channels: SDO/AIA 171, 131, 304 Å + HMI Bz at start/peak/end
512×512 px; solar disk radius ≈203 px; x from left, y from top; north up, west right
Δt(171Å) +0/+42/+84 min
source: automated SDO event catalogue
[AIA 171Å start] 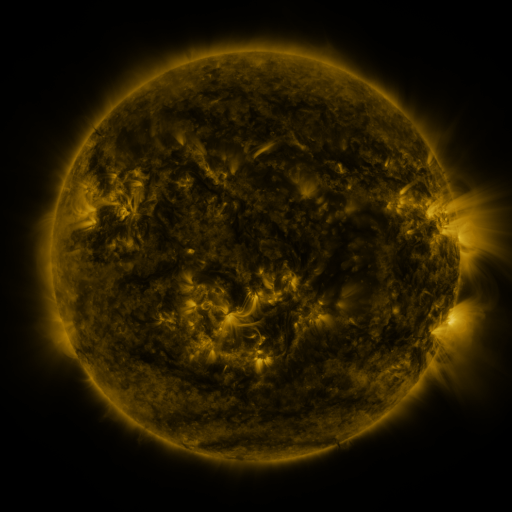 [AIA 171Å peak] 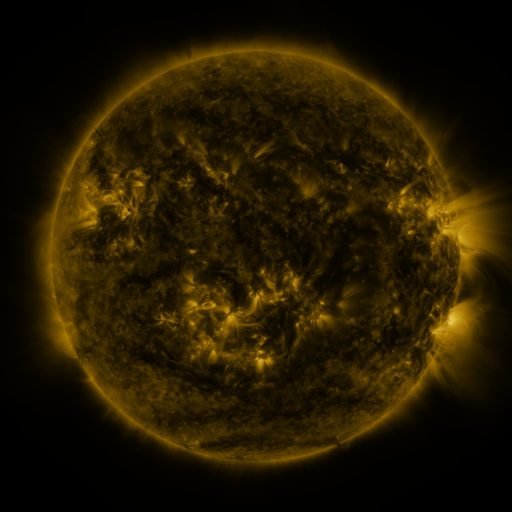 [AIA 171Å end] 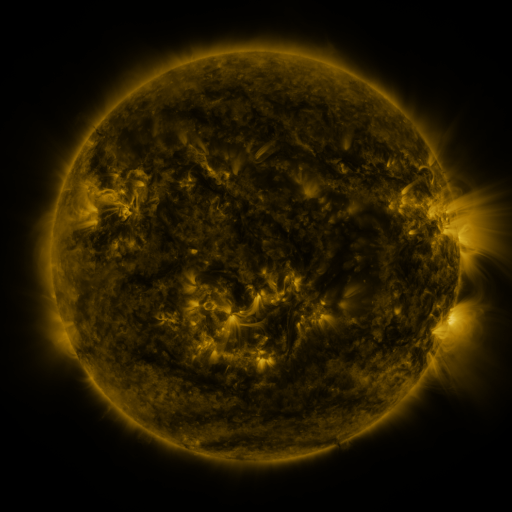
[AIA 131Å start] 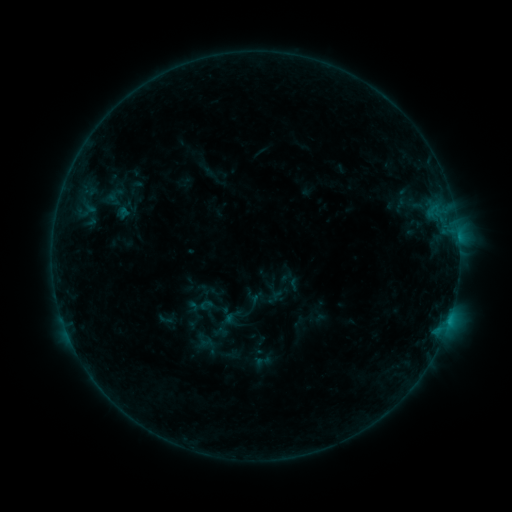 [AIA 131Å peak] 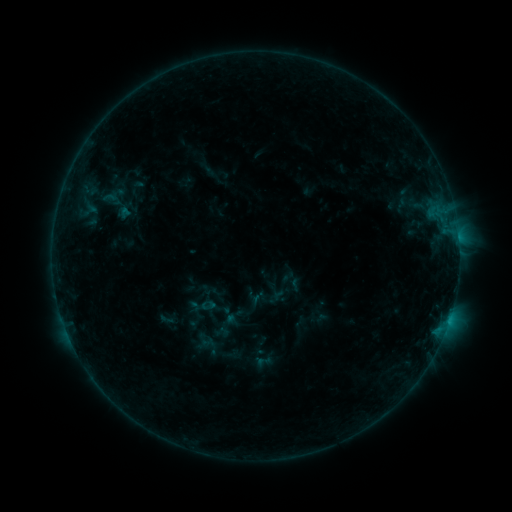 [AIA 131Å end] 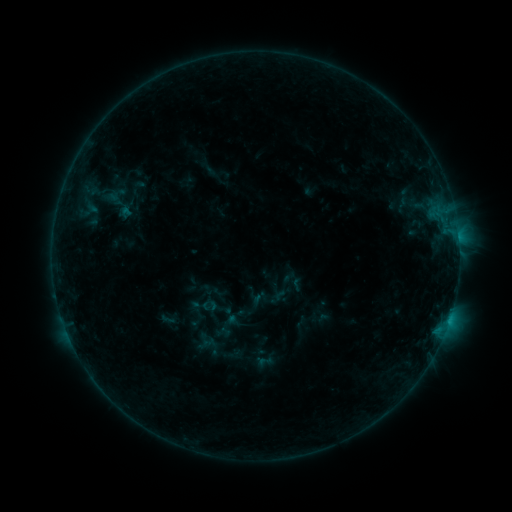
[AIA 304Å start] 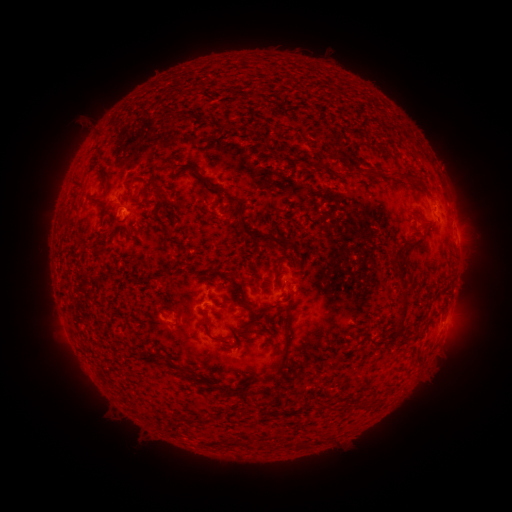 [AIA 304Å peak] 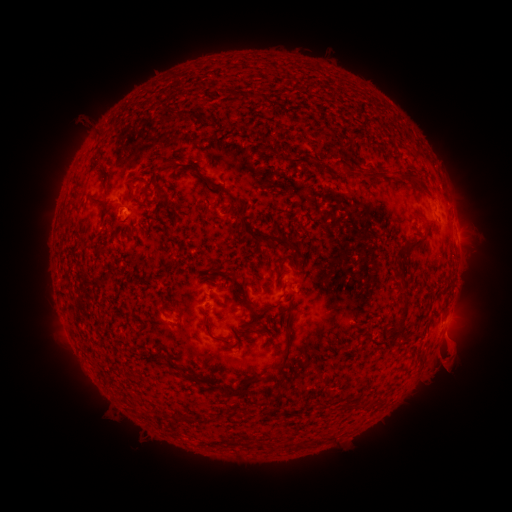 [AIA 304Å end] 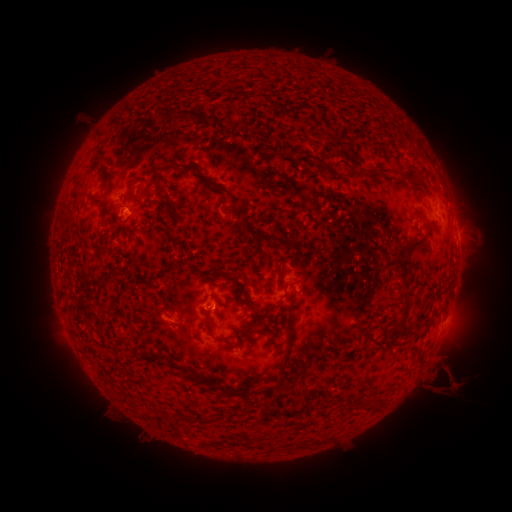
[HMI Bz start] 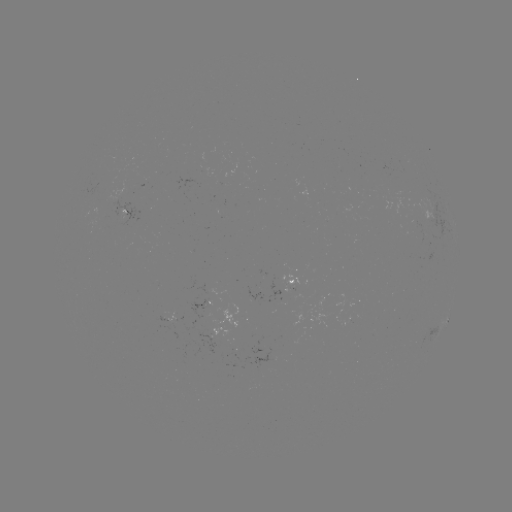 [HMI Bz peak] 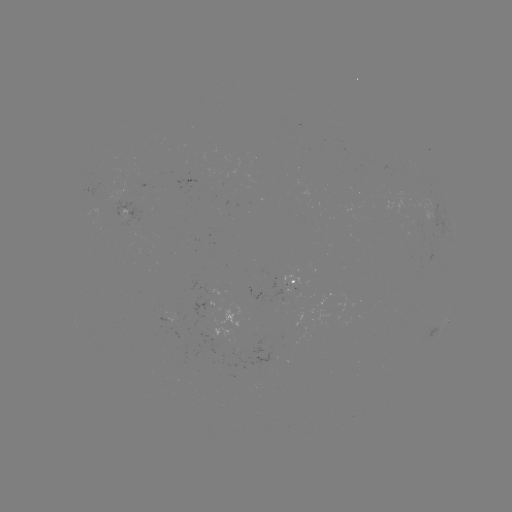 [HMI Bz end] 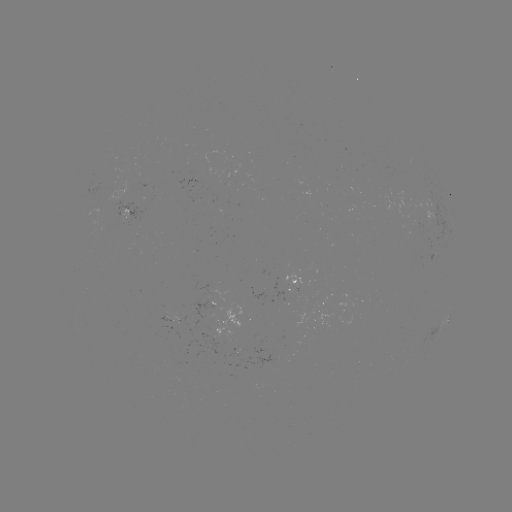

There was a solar filament eruption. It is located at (452, 367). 